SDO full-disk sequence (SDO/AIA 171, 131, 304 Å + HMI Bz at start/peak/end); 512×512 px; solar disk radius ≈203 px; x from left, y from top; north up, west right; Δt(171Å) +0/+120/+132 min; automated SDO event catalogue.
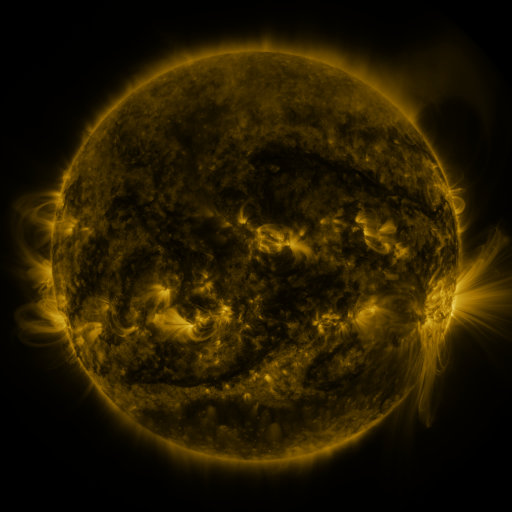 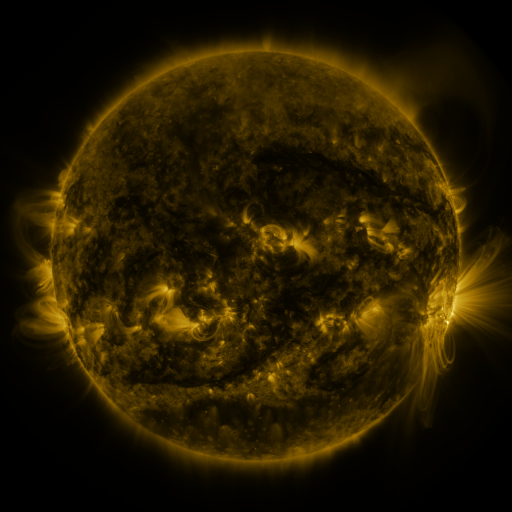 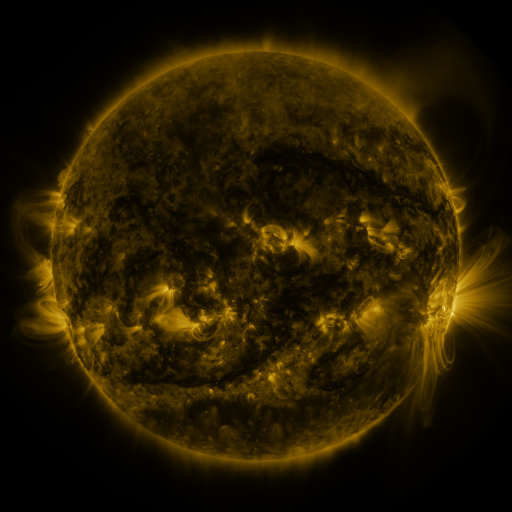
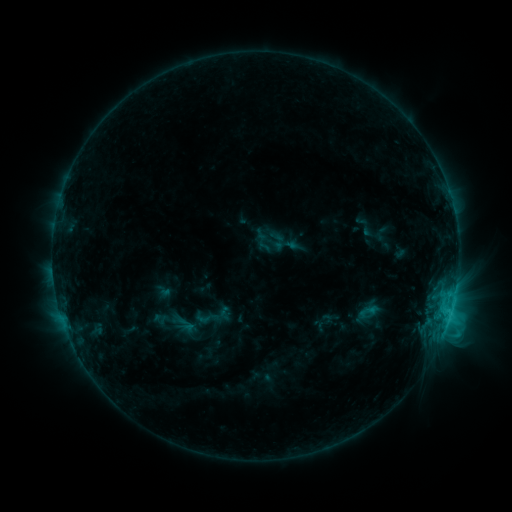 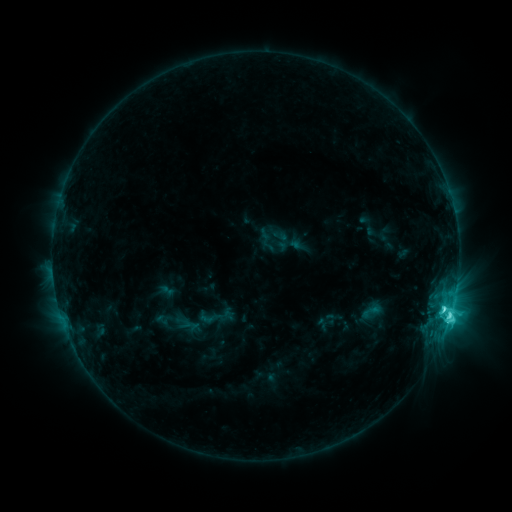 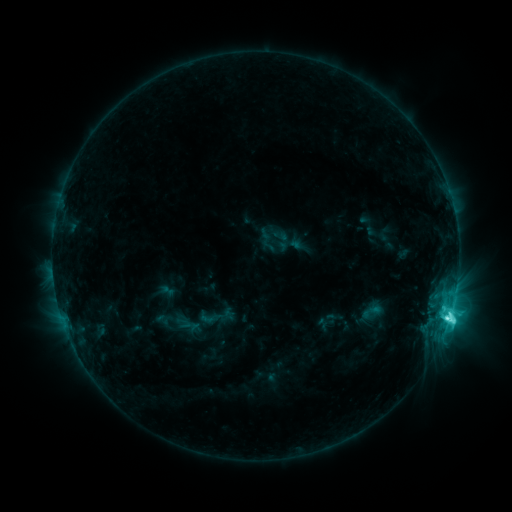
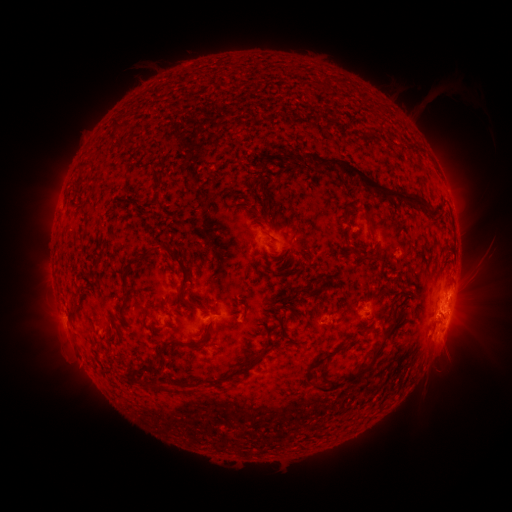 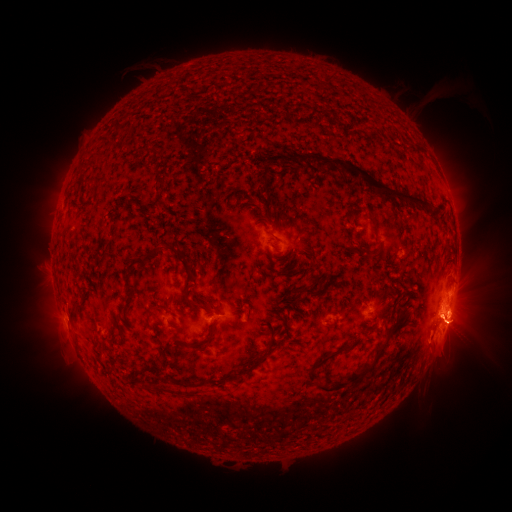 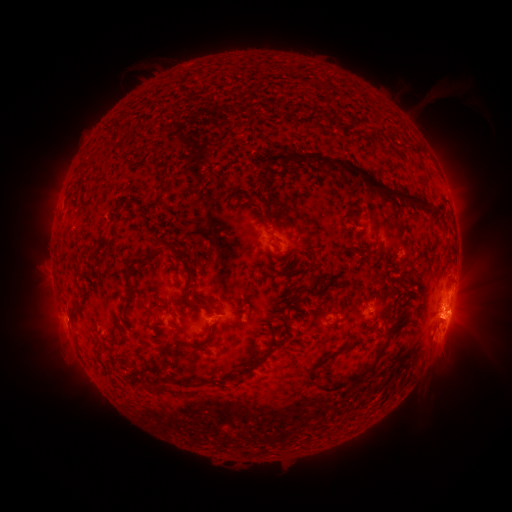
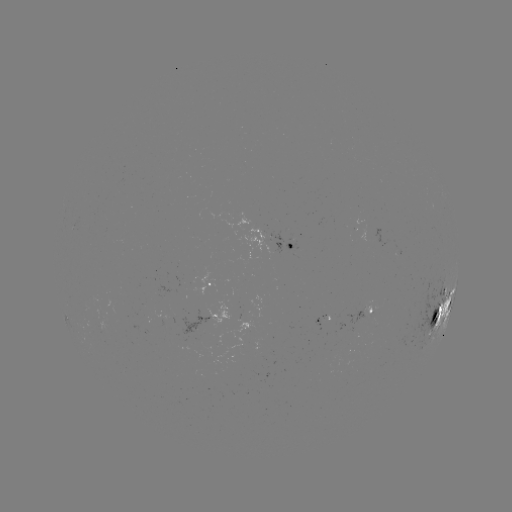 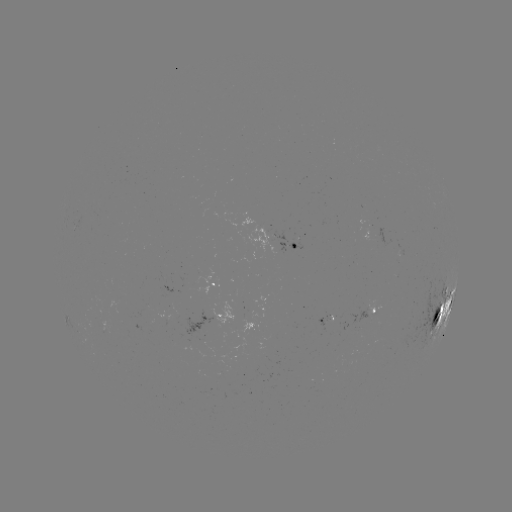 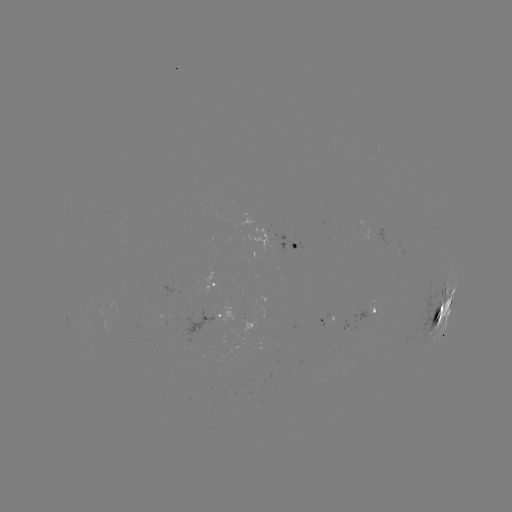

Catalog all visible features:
emerging-flux region: (323, 323)
